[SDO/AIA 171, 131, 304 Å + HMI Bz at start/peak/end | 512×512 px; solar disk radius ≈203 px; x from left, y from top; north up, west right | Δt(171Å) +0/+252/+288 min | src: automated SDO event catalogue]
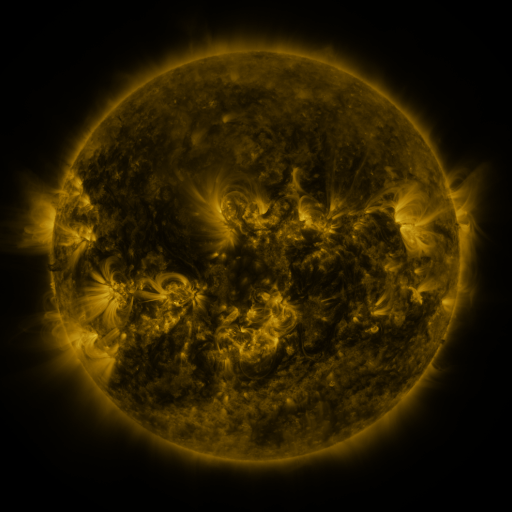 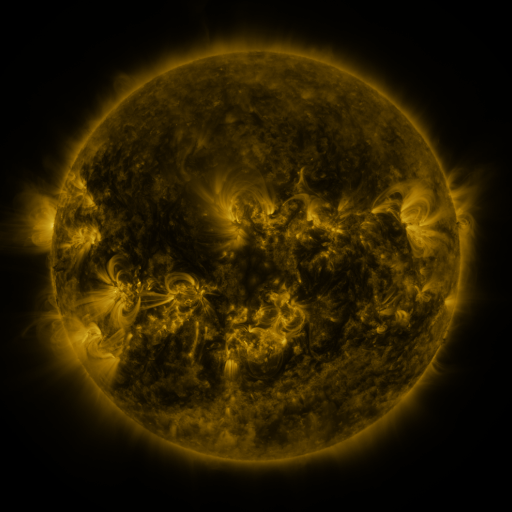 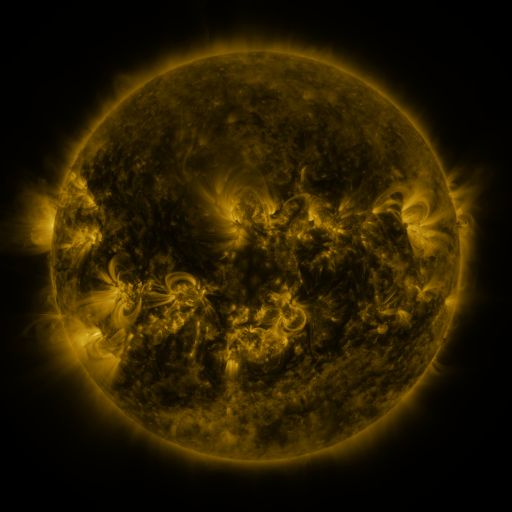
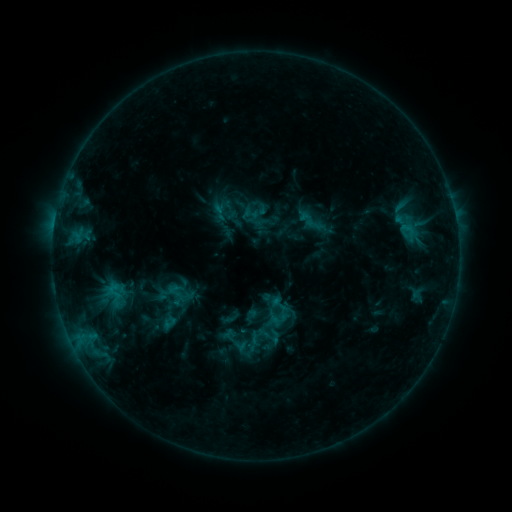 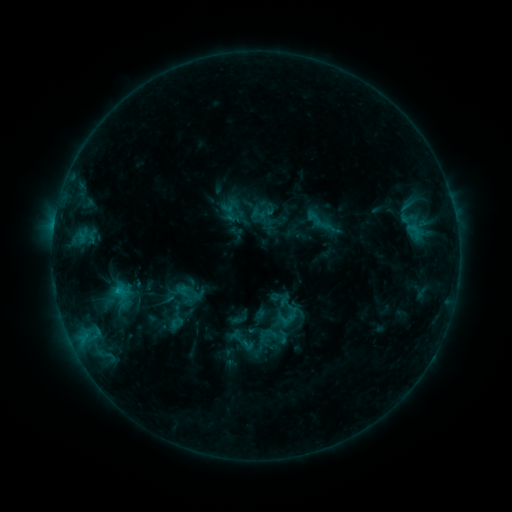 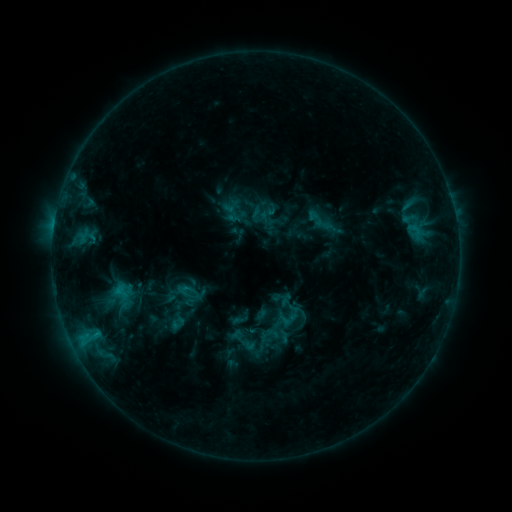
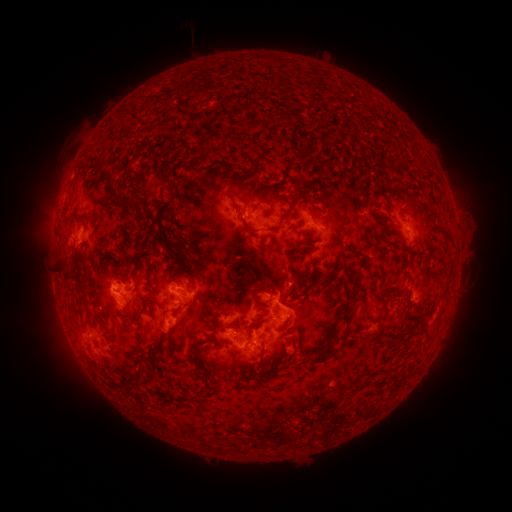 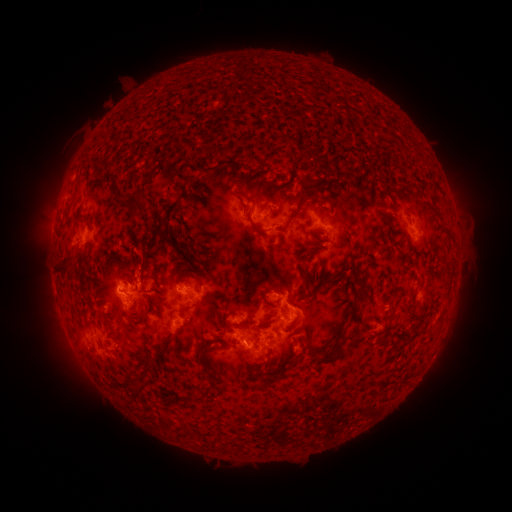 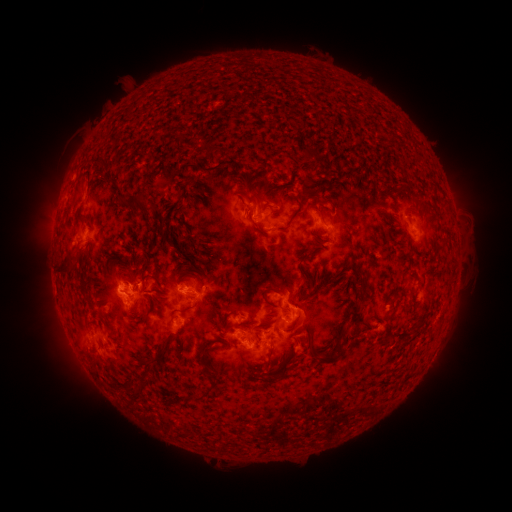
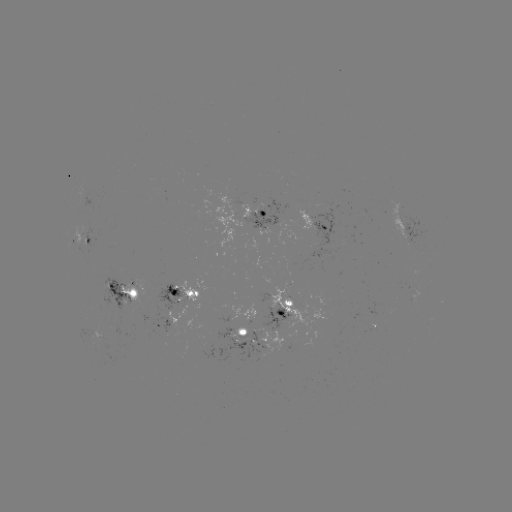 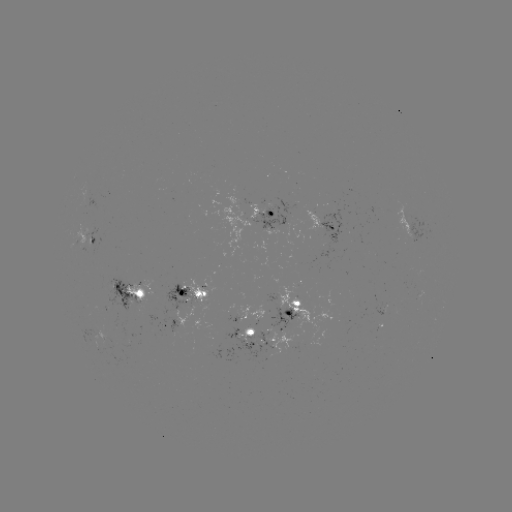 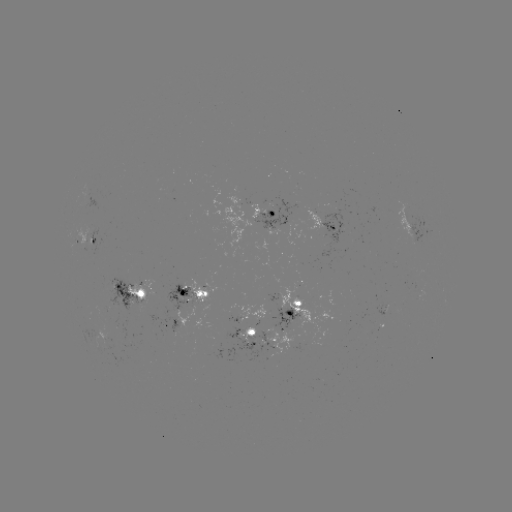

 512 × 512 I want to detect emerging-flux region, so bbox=[219, 309, 239, 322].